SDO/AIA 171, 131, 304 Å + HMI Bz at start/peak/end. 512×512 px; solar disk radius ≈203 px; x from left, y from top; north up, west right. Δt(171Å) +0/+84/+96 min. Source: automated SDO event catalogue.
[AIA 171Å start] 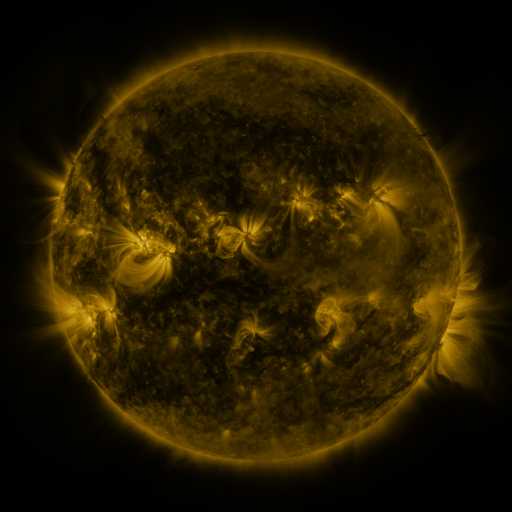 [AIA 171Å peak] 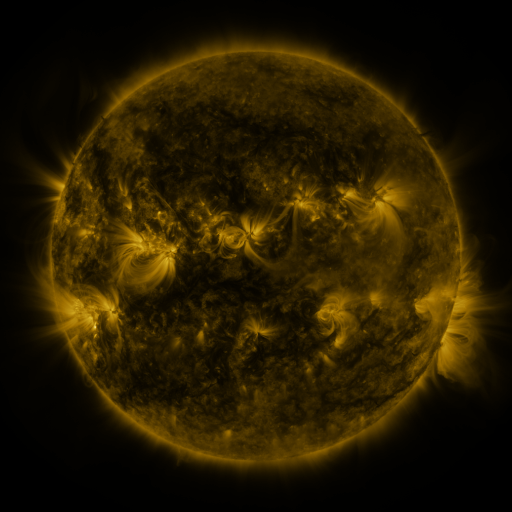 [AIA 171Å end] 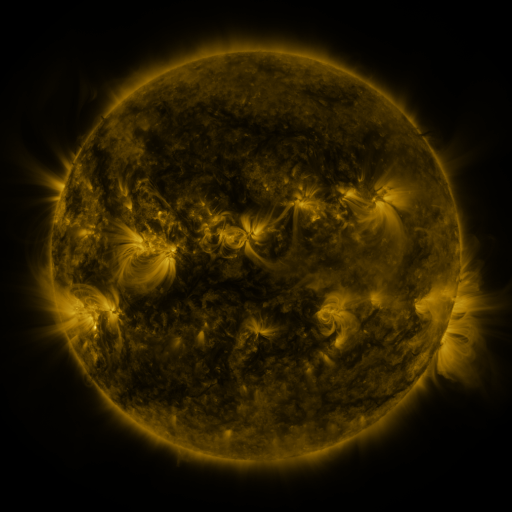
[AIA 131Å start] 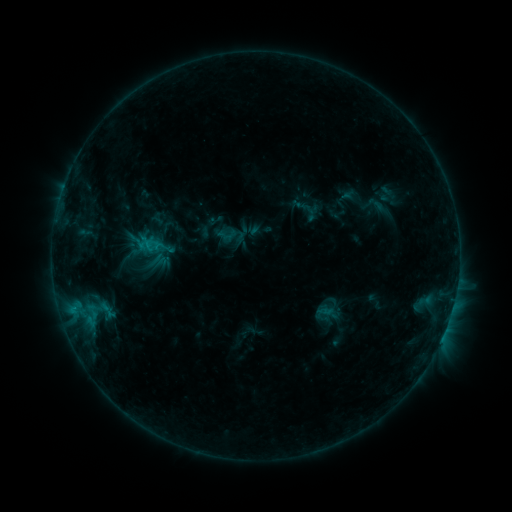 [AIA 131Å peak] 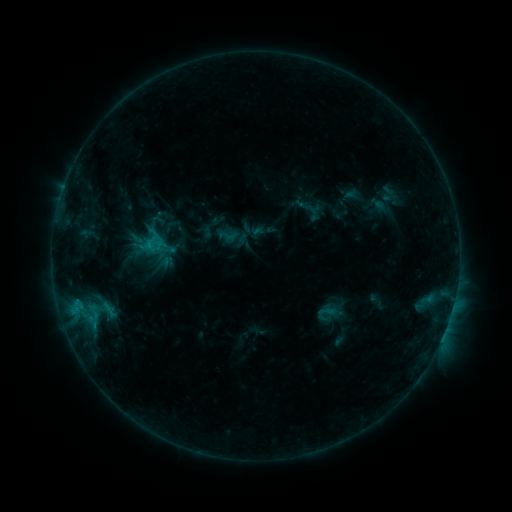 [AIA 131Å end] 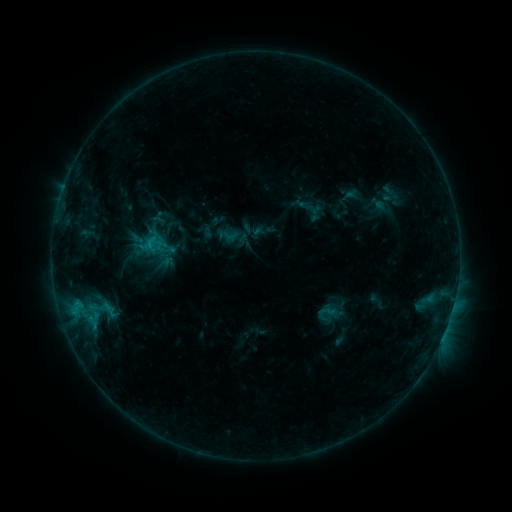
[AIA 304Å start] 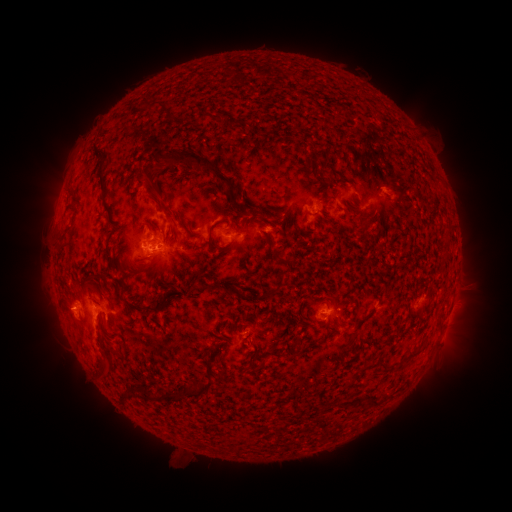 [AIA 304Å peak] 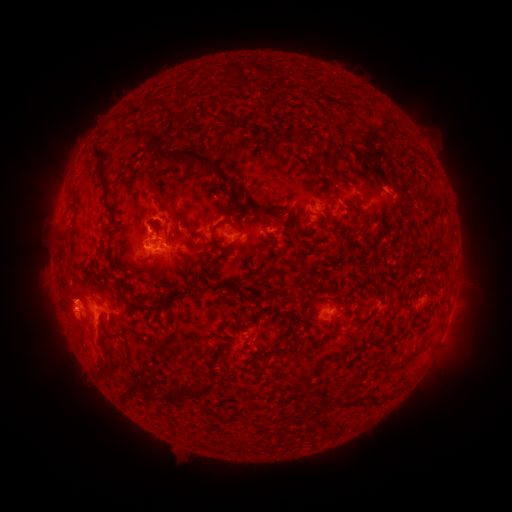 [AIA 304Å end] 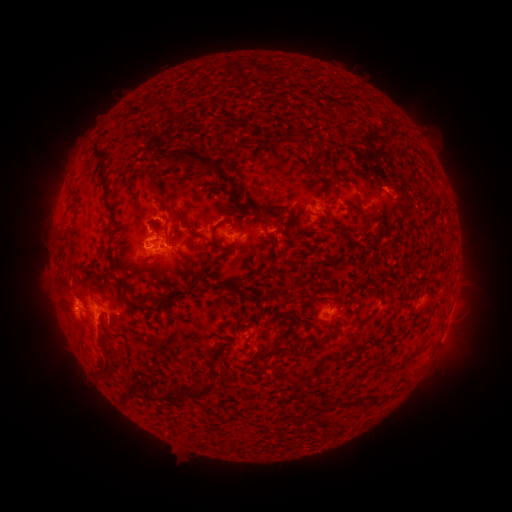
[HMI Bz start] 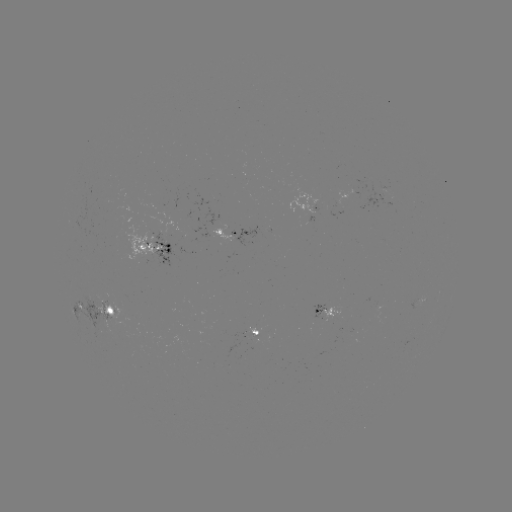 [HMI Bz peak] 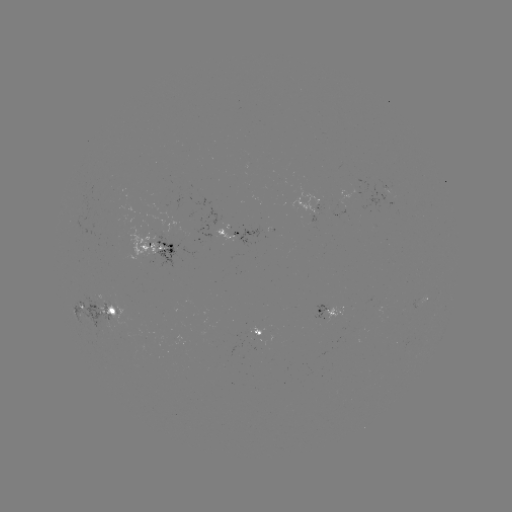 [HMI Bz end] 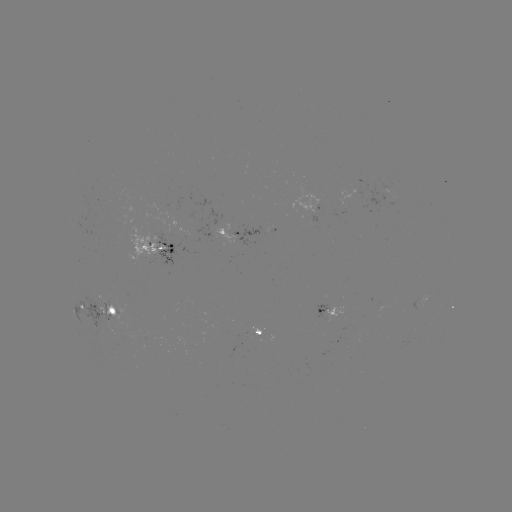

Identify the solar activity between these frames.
emerging-flux region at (266, 232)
